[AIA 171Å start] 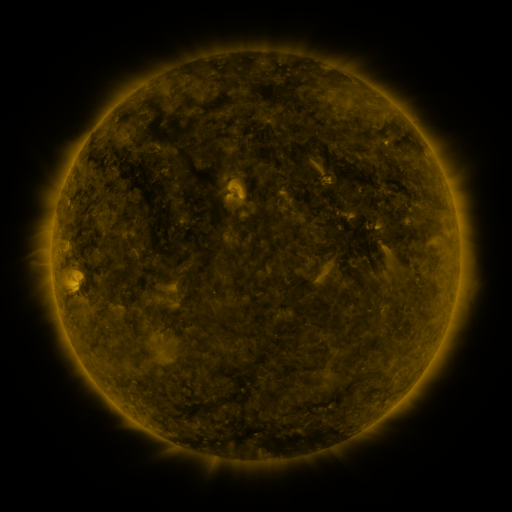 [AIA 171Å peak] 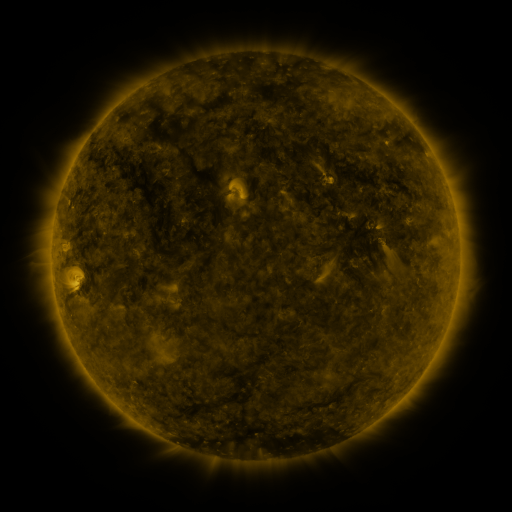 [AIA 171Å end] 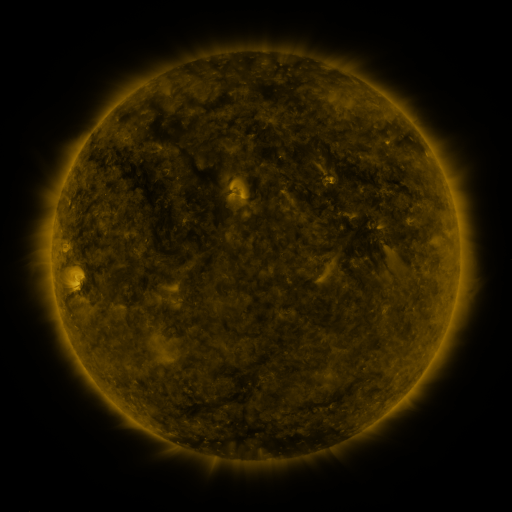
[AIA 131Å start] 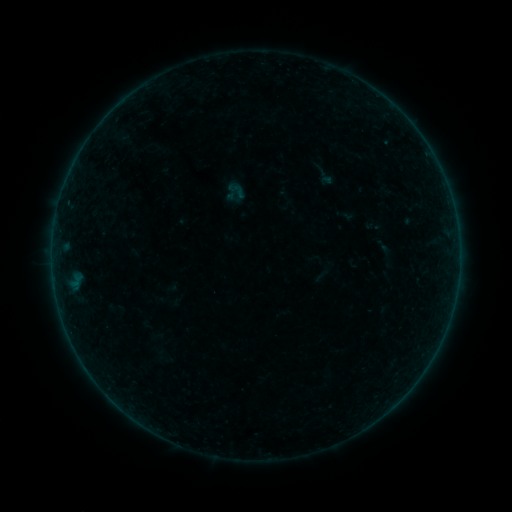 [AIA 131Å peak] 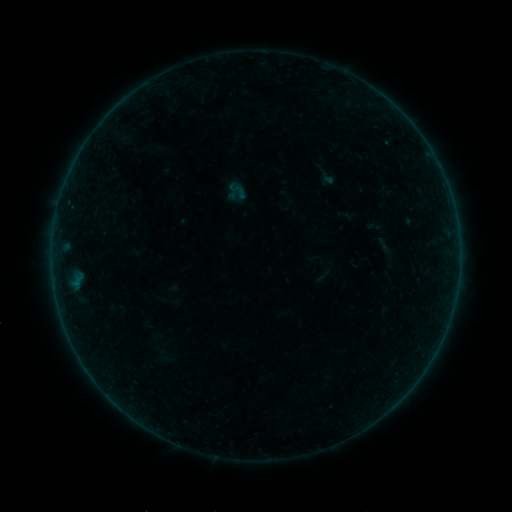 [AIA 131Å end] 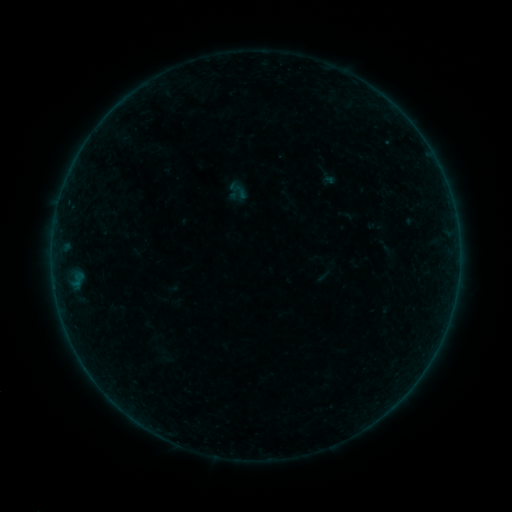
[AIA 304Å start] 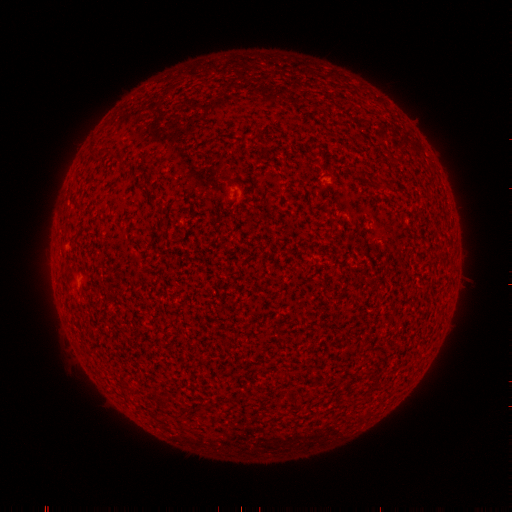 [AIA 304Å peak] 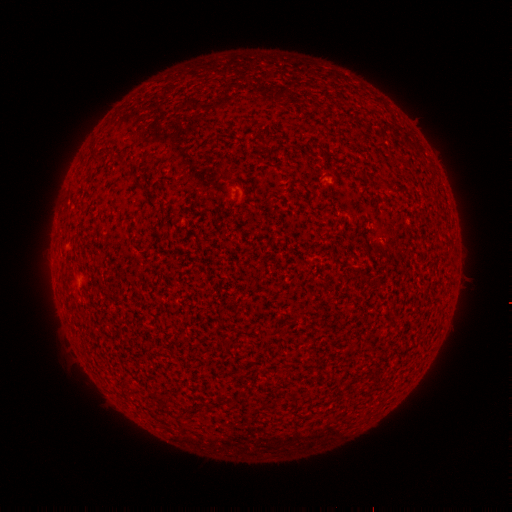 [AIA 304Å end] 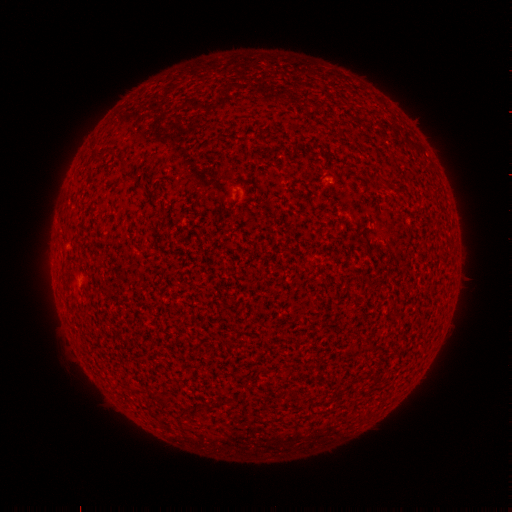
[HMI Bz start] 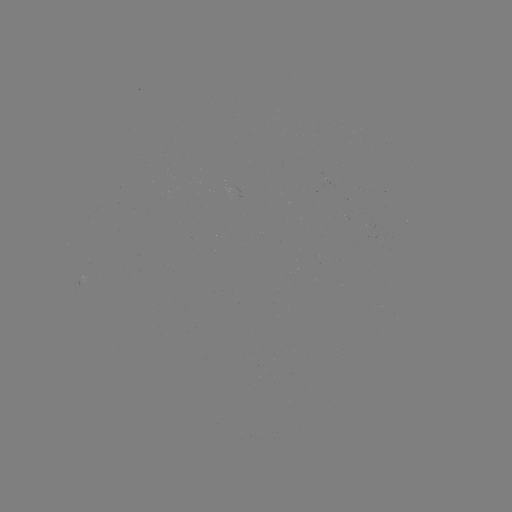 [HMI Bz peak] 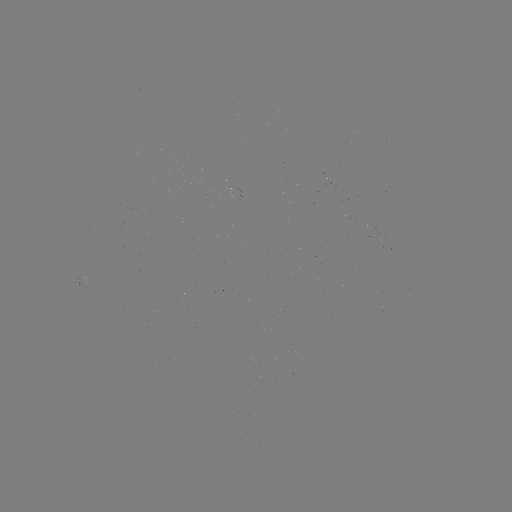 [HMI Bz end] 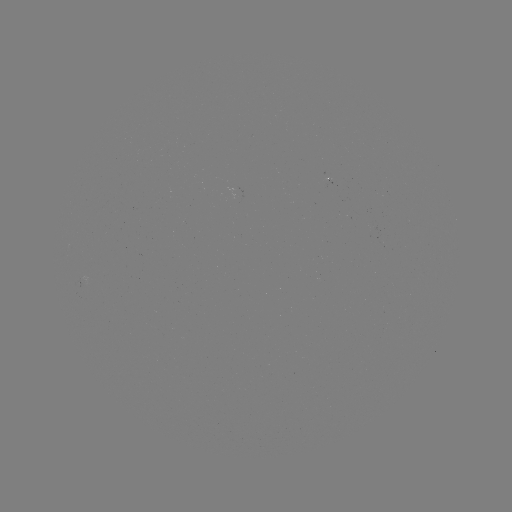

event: filament eruption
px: (383, 240)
